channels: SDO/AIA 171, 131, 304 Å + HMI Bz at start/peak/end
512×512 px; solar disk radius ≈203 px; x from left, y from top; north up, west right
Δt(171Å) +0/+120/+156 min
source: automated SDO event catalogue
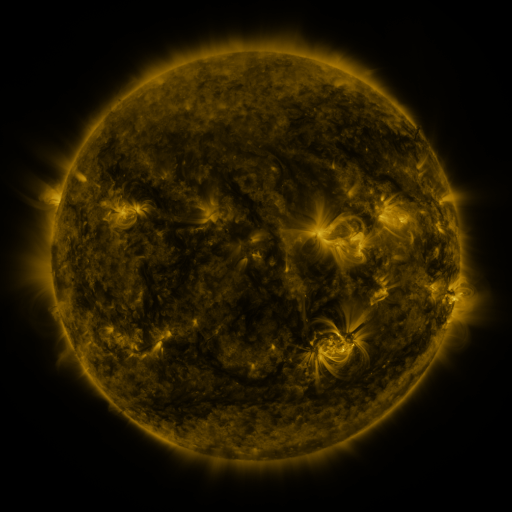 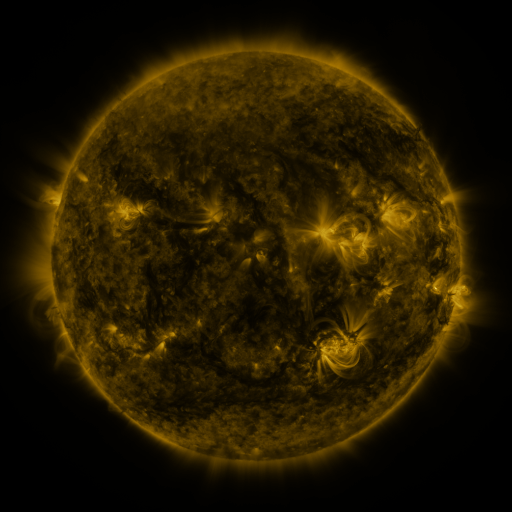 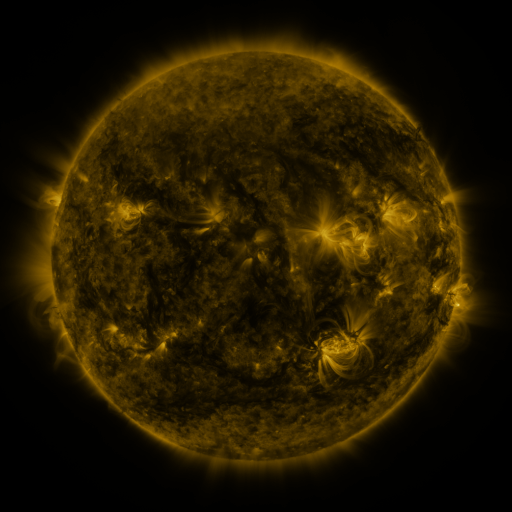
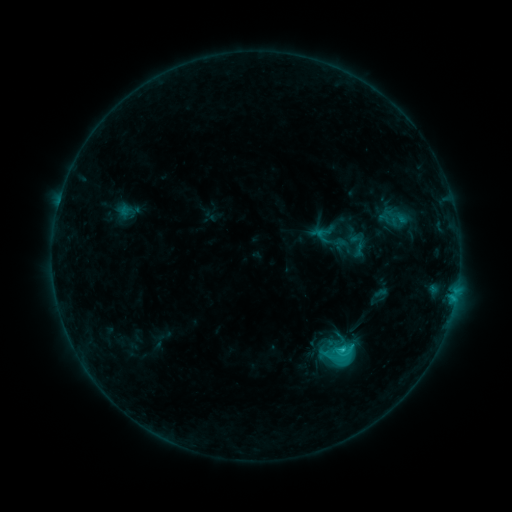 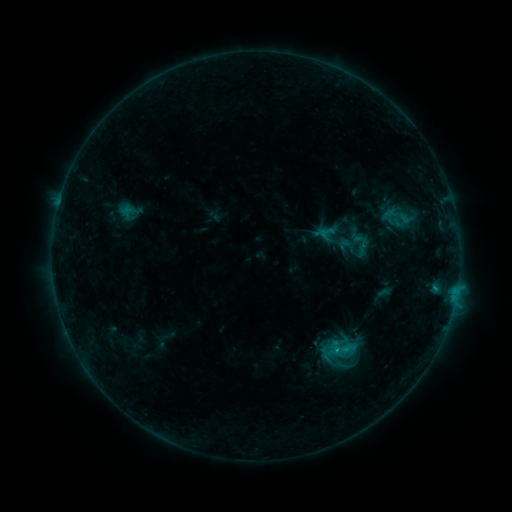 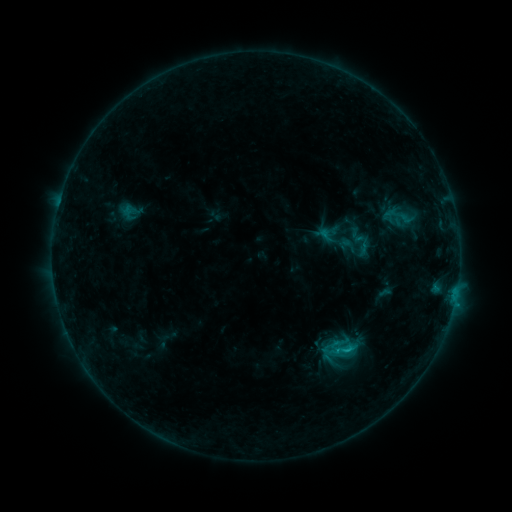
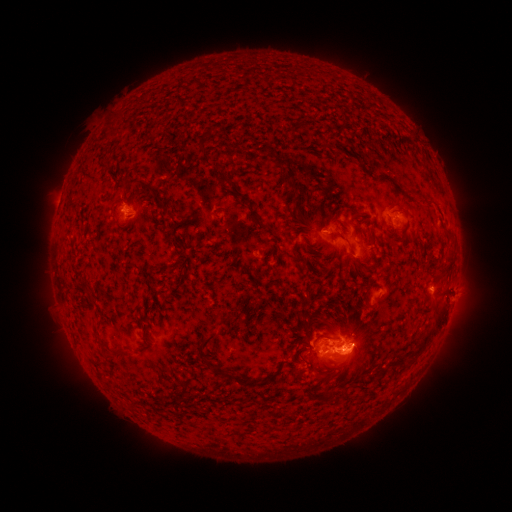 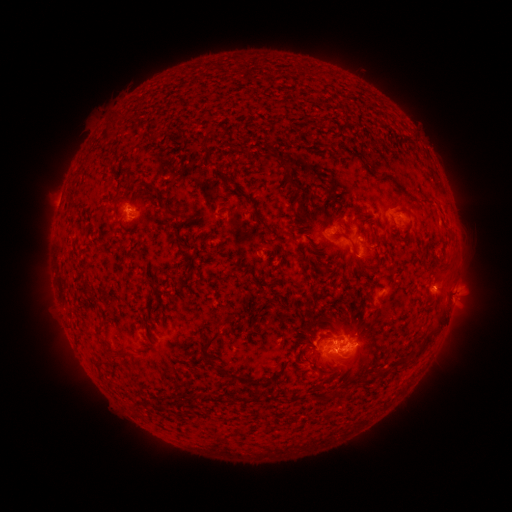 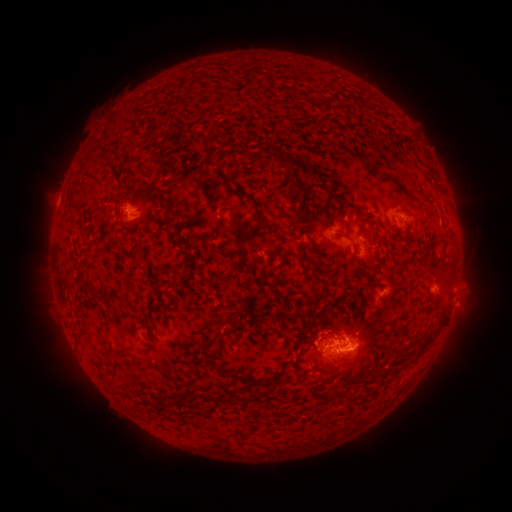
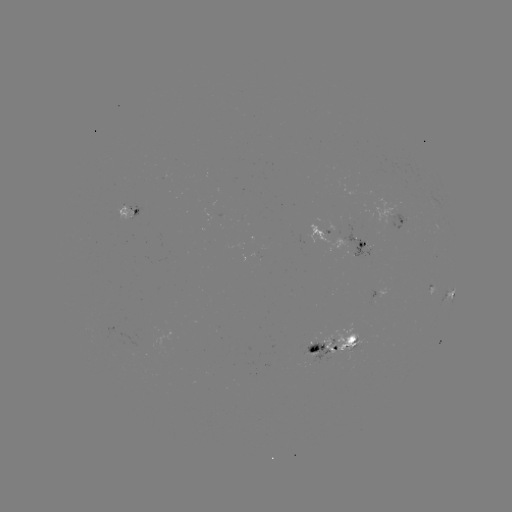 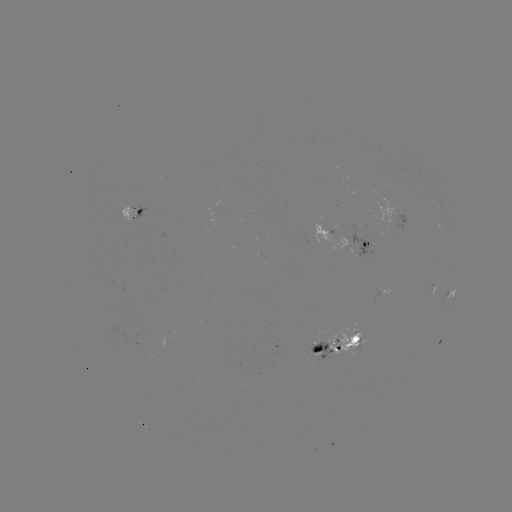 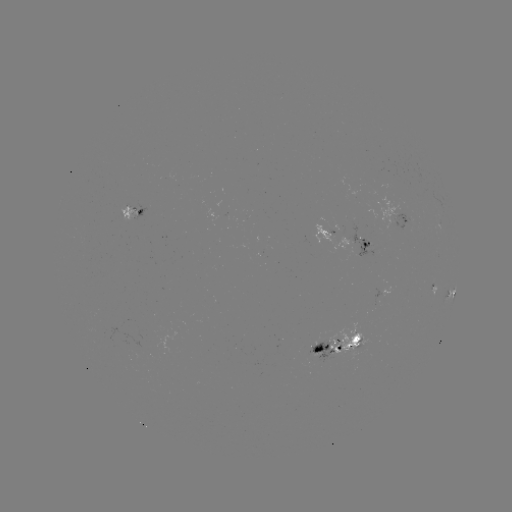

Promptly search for emerging-flux region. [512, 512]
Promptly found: [367, 246].